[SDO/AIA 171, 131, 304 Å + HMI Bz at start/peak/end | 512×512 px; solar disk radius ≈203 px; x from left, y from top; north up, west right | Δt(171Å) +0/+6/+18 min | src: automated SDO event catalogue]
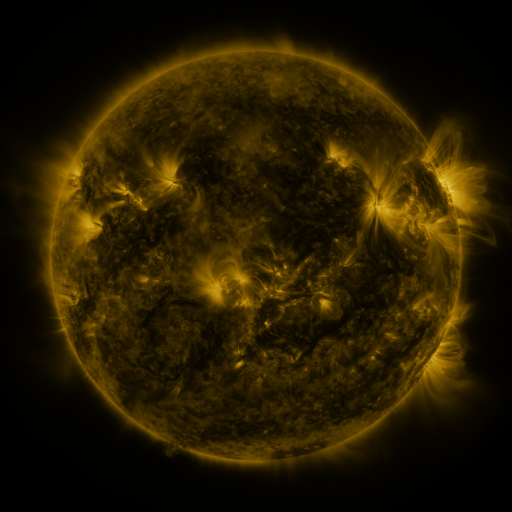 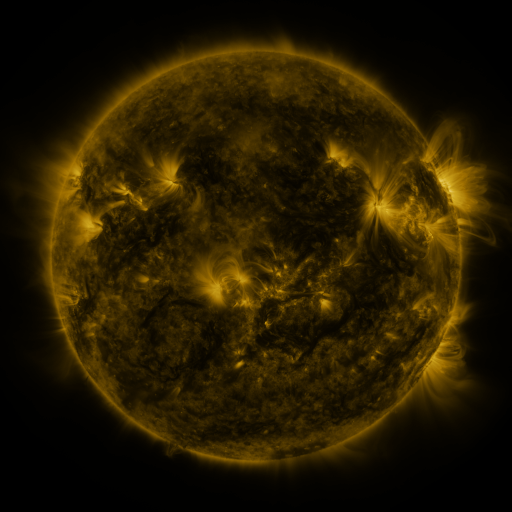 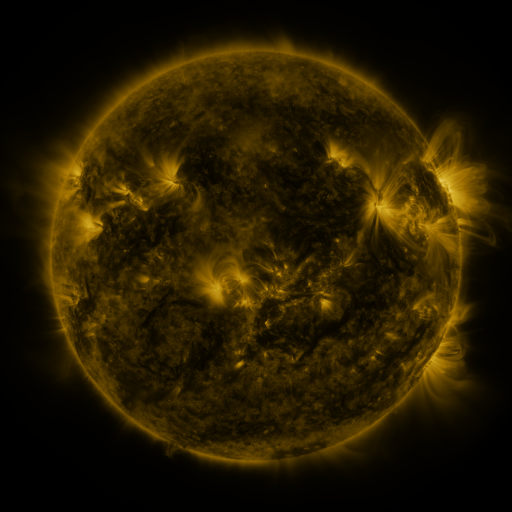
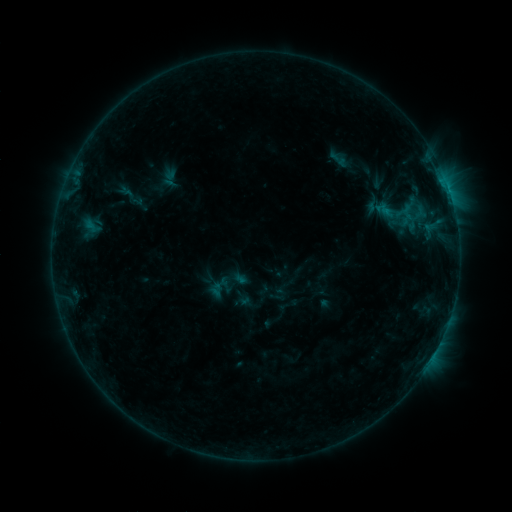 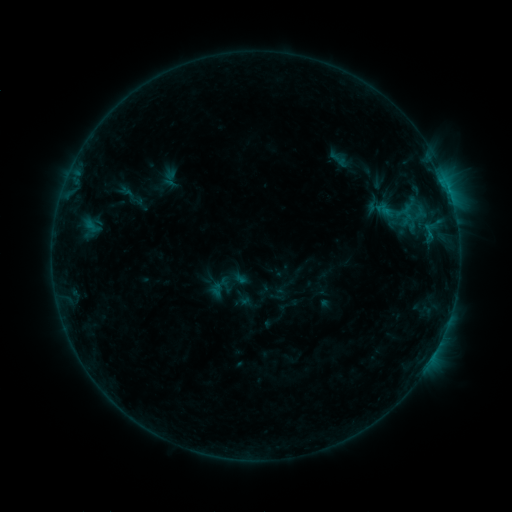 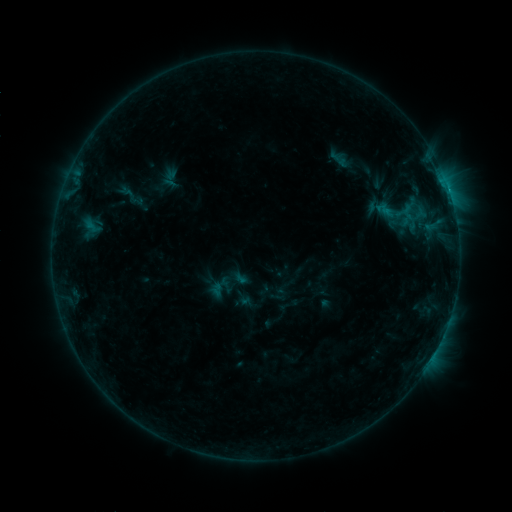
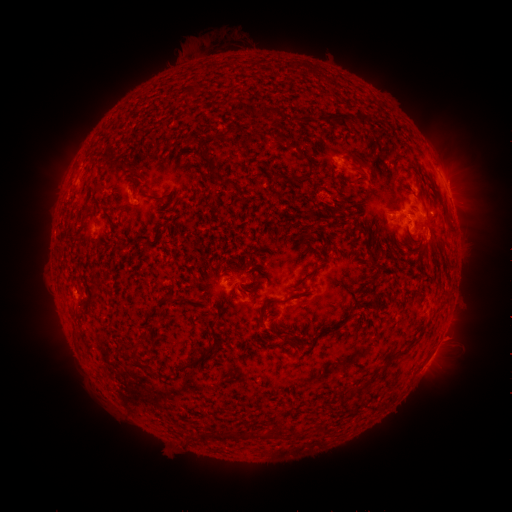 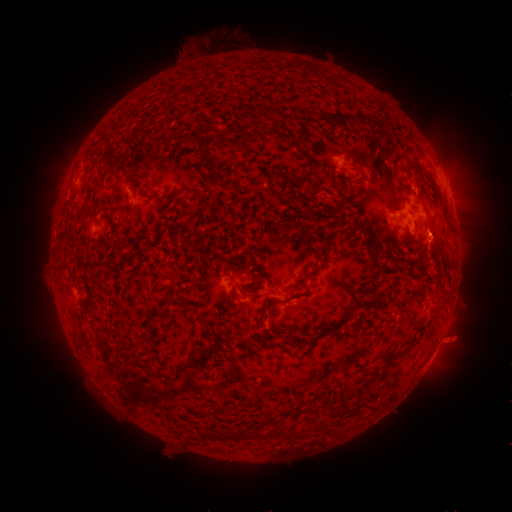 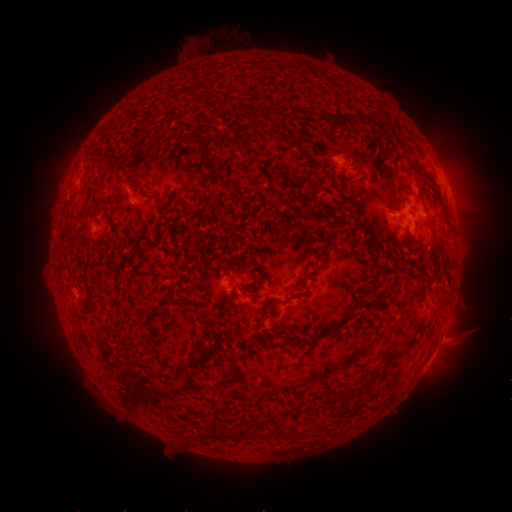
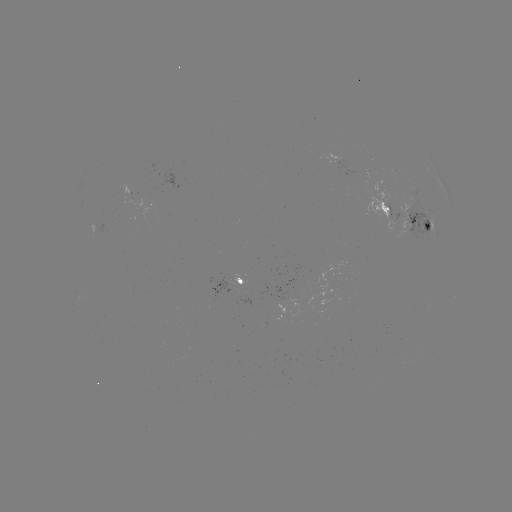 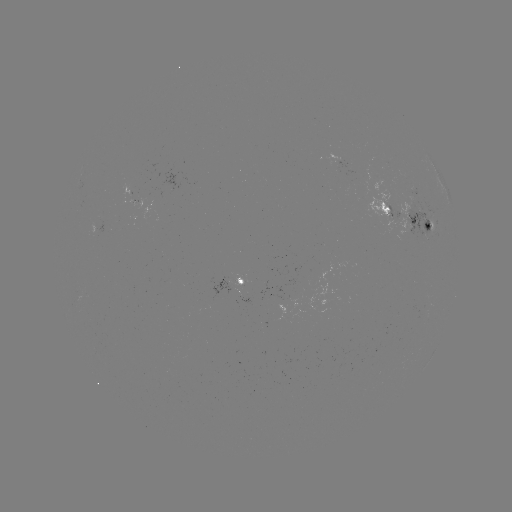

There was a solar eruption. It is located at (458, 338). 